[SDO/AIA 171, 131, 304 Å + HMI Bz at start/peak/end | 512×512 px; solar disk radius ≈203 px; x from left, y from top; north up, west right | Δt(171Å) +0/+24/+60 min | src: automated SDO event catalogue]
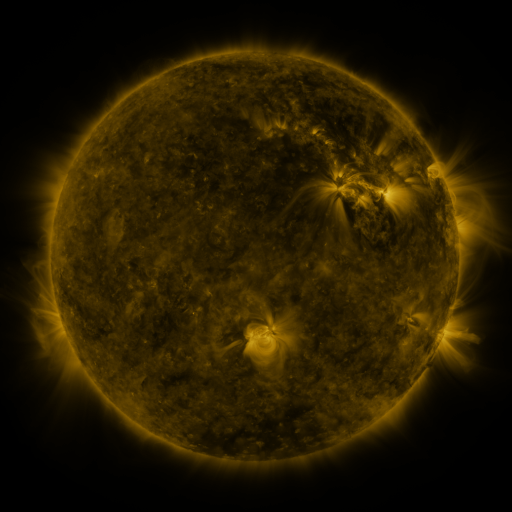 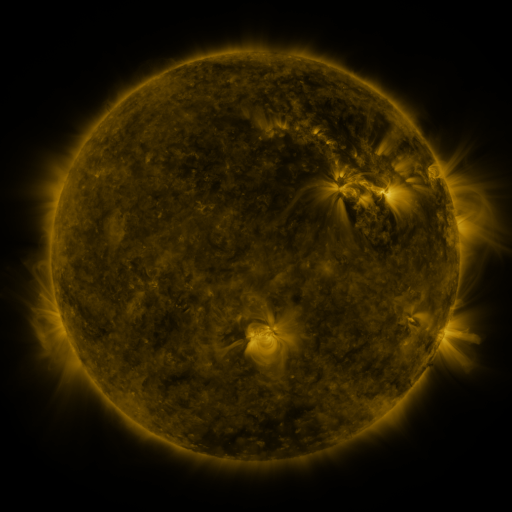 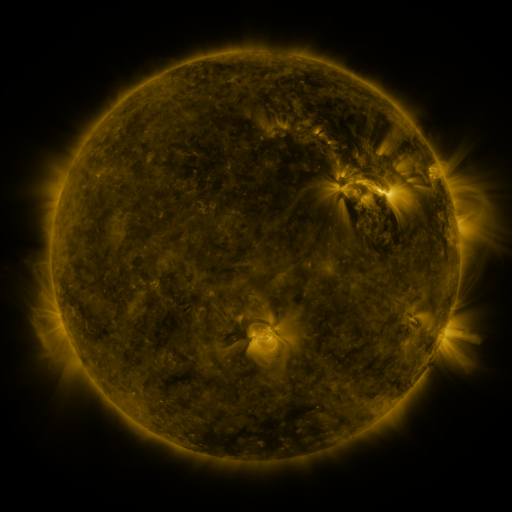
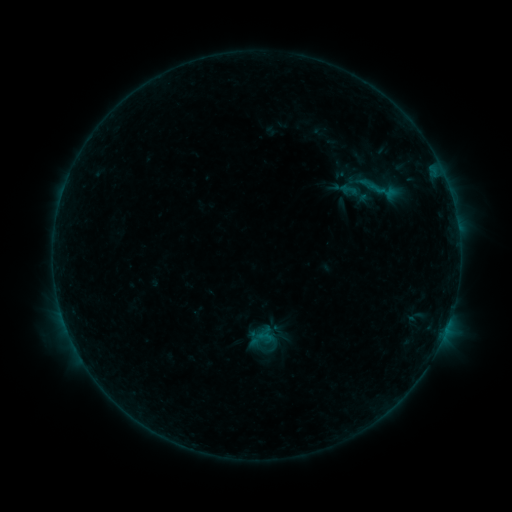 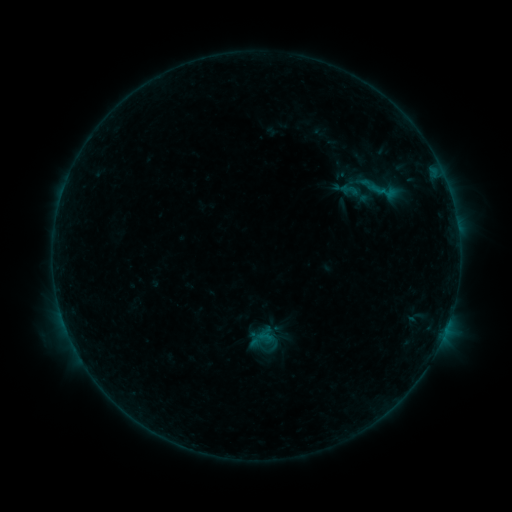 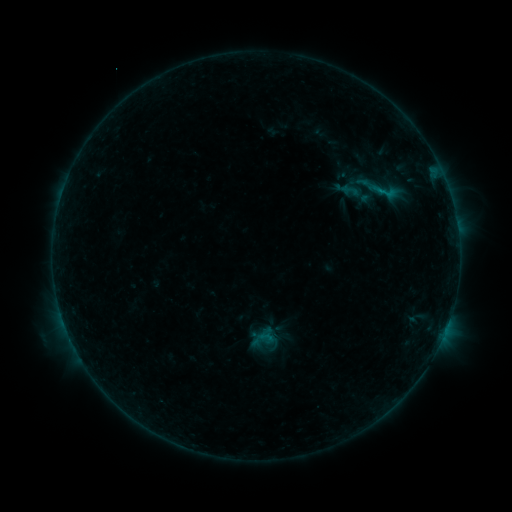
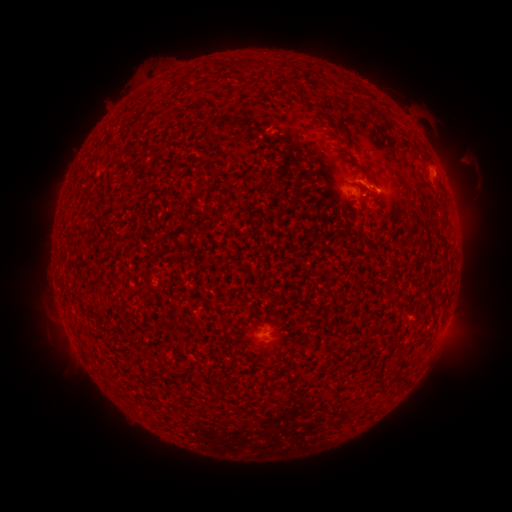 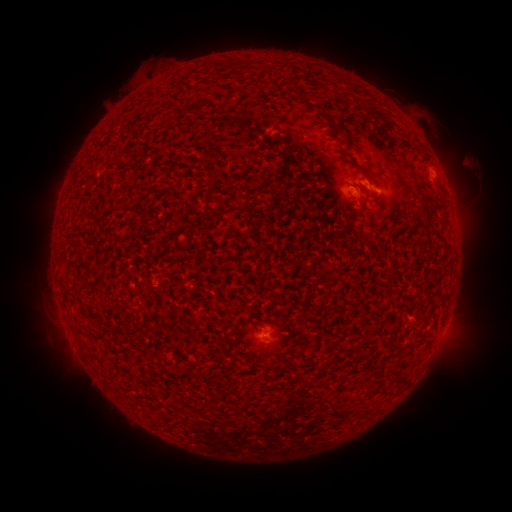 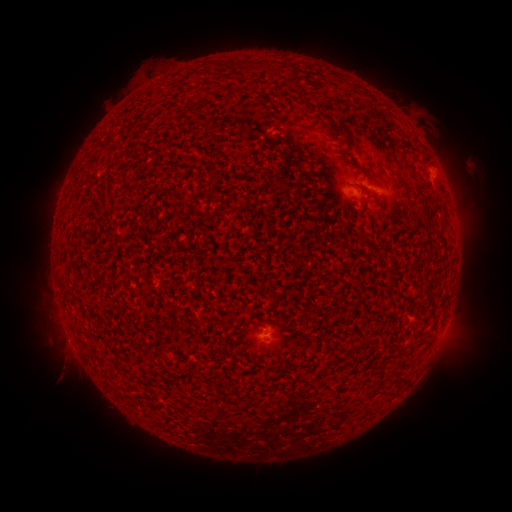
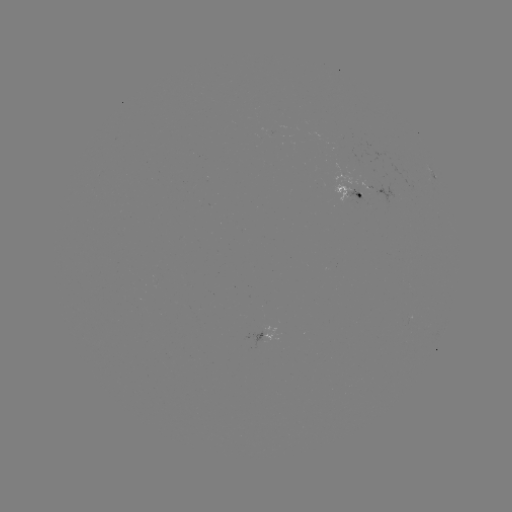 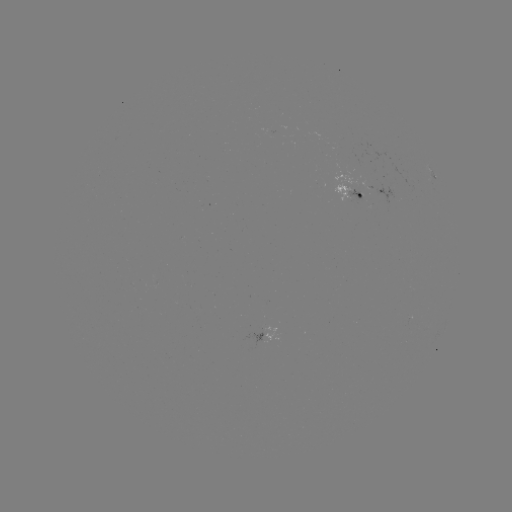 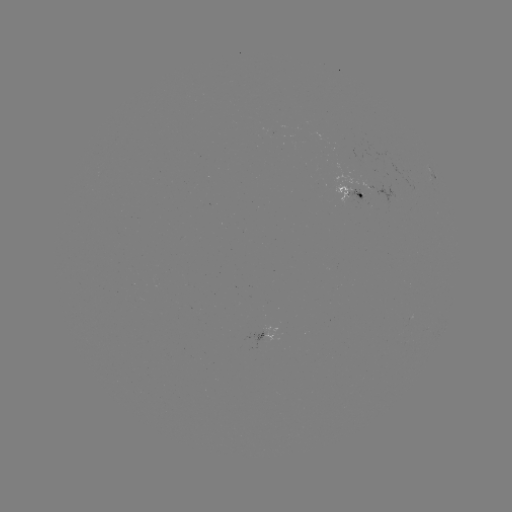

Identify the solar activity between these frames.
emerging-flux region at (357, 188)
